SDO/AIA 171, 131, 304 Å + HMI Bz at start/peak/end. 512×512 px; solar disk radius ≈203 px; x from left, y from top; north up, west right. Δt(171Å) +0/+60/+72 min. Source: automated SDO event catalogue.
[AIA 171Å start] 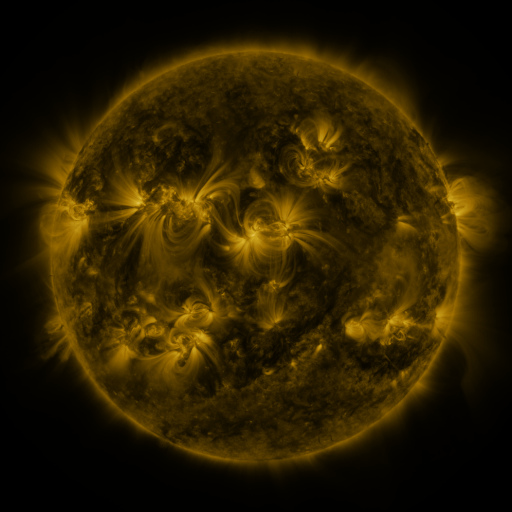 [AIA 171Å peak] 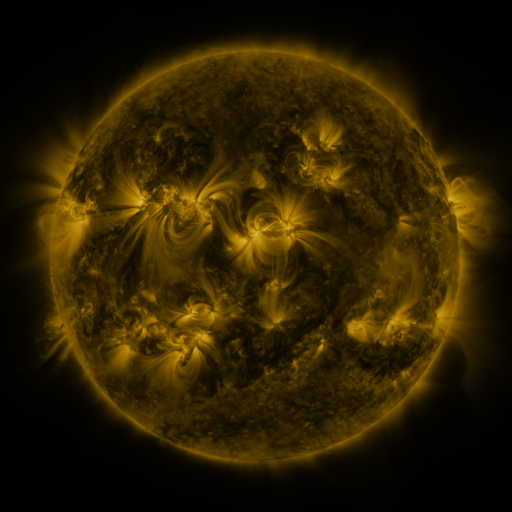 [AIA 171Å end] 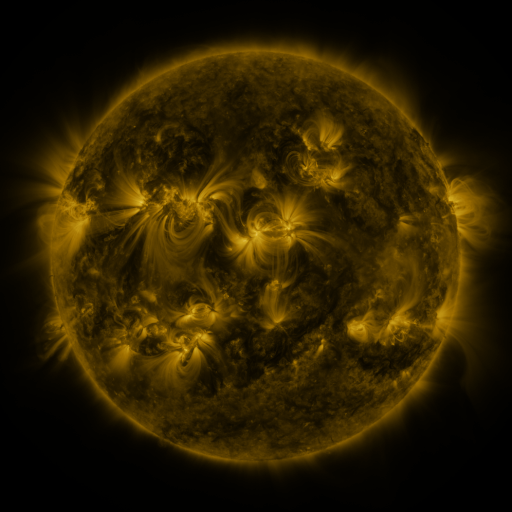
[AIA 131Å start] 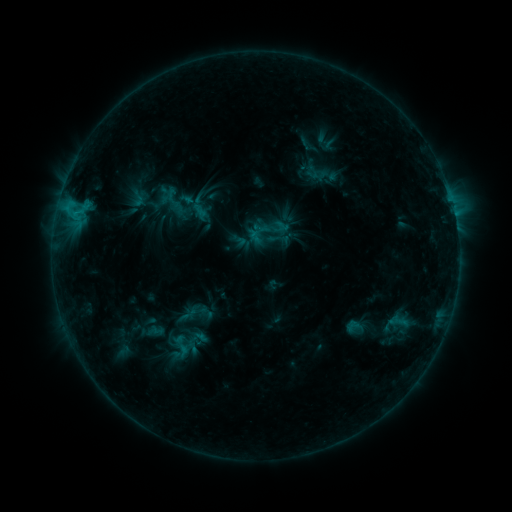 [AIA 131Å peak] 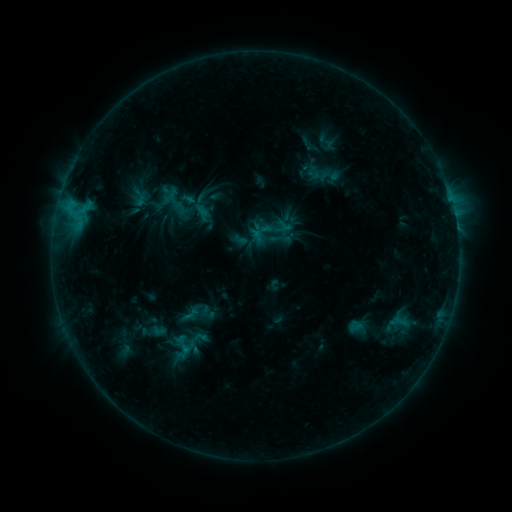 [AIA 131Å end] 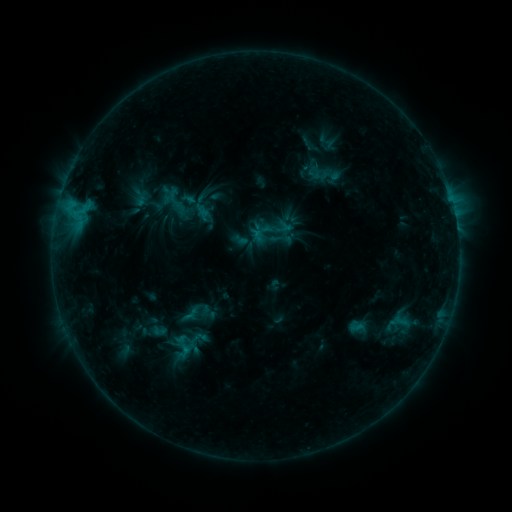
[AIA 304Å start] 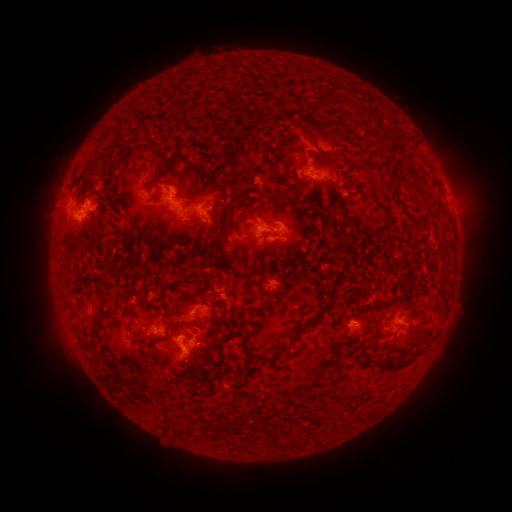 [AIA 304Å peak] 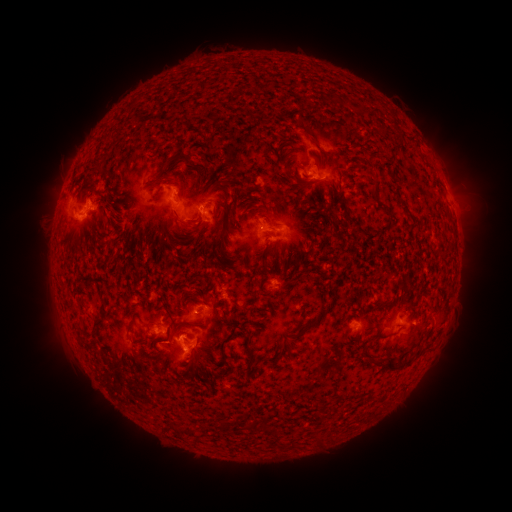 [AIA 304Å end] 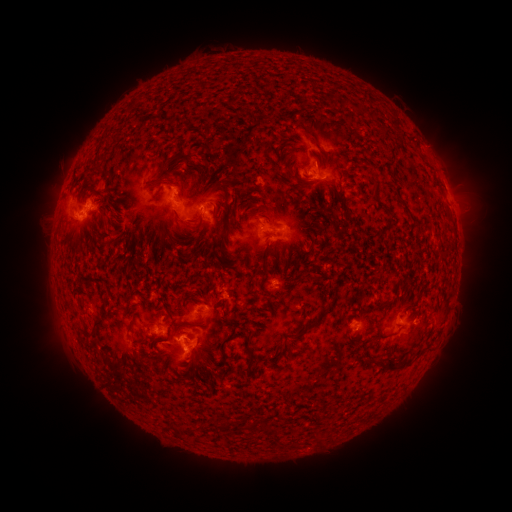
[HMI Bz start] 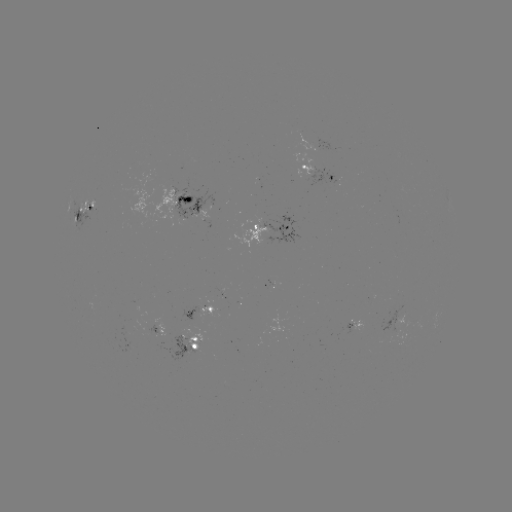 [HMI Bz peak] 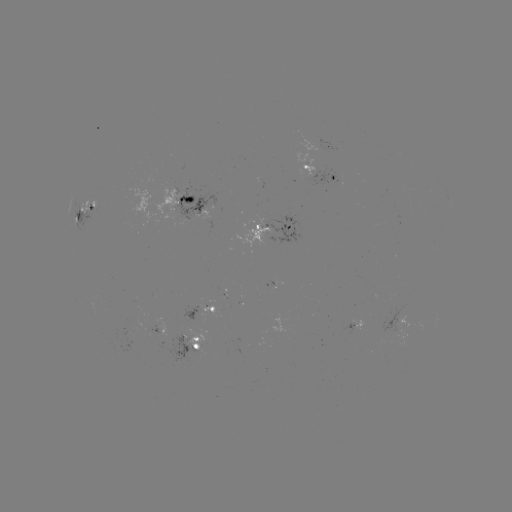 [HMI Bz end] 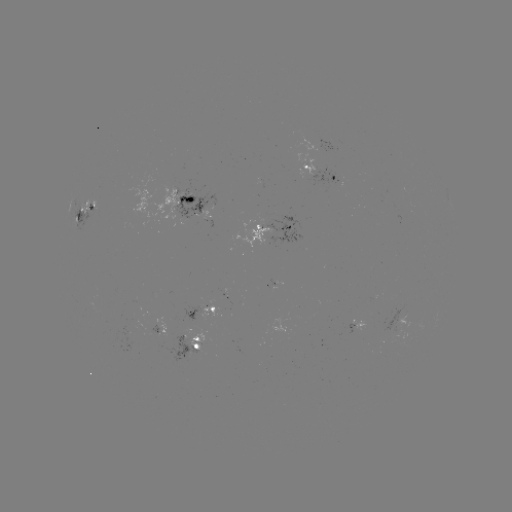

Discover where emerging-flux region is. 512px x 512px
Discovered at (90, 207).